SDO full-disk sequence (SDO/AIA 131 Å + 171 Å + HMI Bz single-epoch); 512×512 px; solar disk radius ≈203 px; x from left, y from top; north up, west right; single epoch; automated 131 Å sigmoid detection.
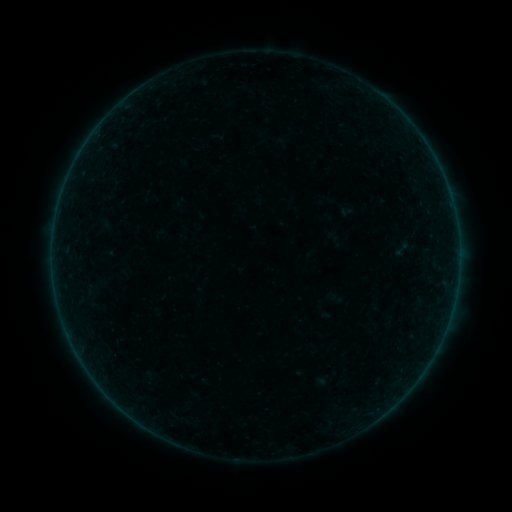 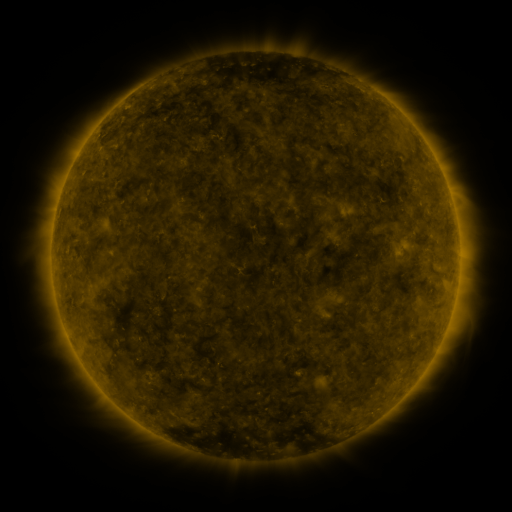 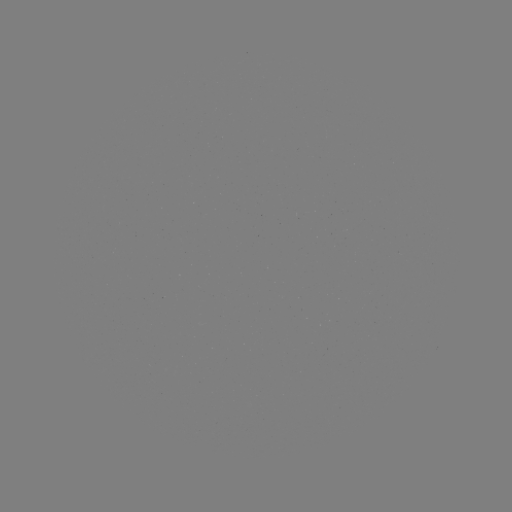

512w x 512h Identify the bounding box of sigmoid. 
[391, 238, 412, 259].